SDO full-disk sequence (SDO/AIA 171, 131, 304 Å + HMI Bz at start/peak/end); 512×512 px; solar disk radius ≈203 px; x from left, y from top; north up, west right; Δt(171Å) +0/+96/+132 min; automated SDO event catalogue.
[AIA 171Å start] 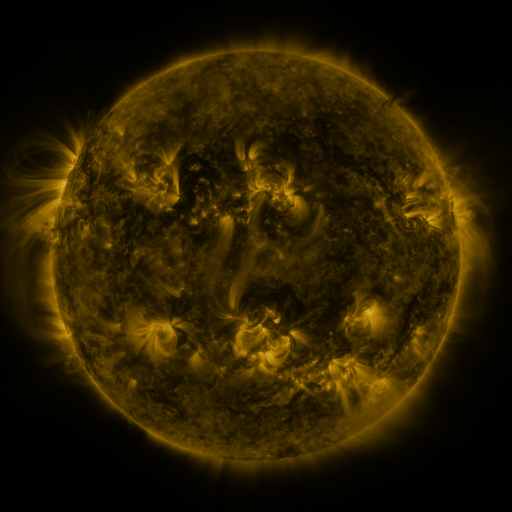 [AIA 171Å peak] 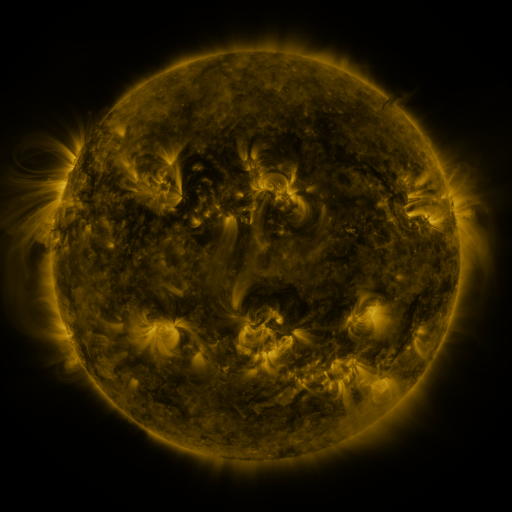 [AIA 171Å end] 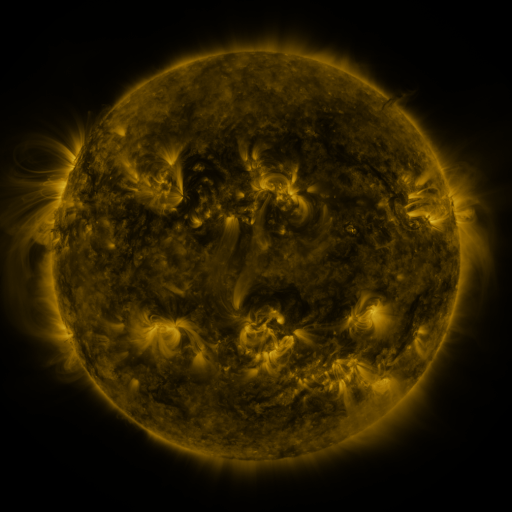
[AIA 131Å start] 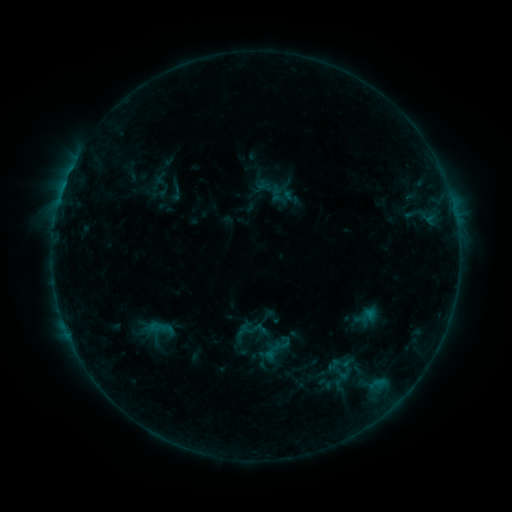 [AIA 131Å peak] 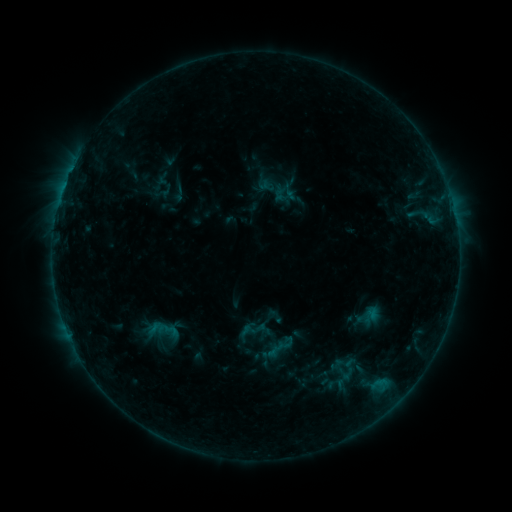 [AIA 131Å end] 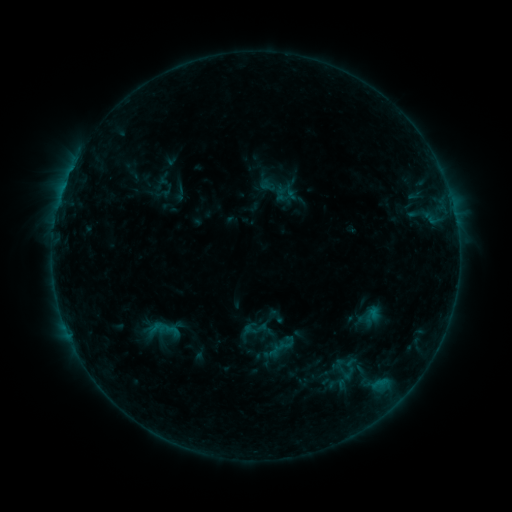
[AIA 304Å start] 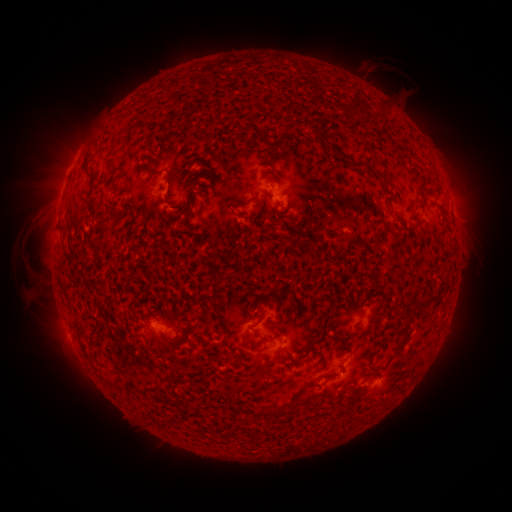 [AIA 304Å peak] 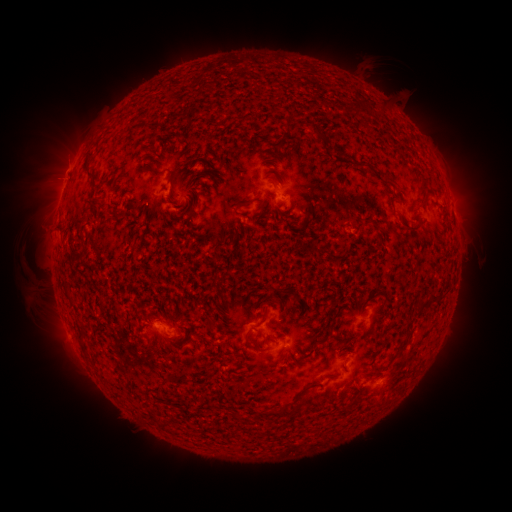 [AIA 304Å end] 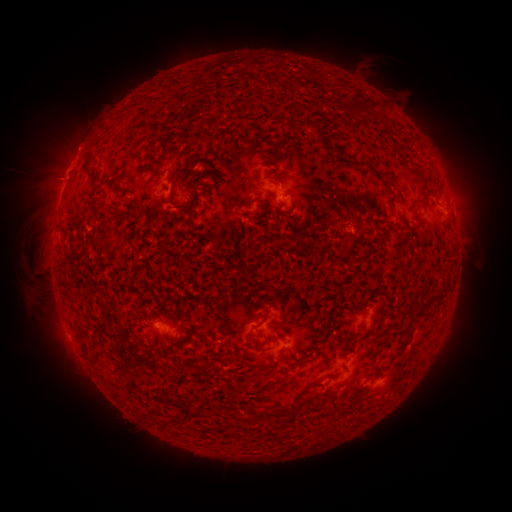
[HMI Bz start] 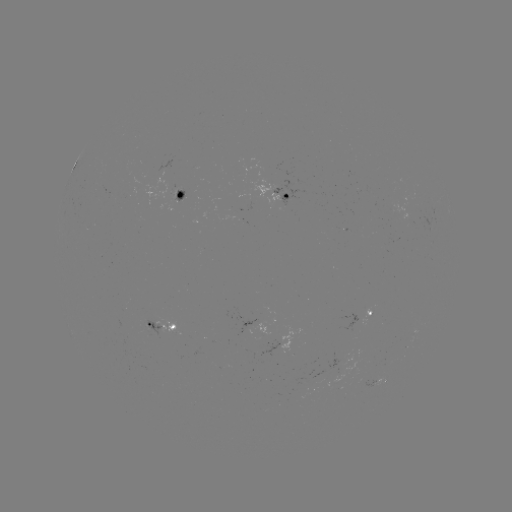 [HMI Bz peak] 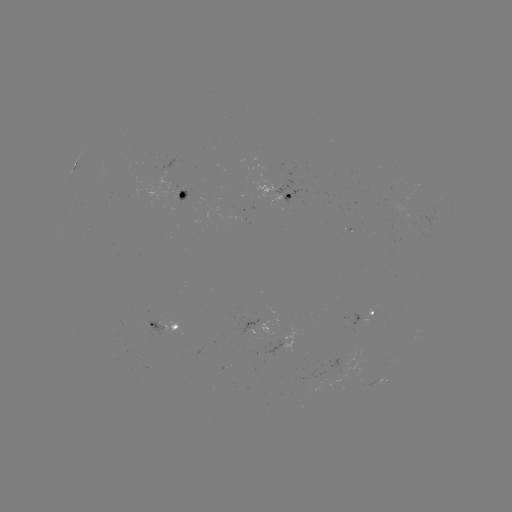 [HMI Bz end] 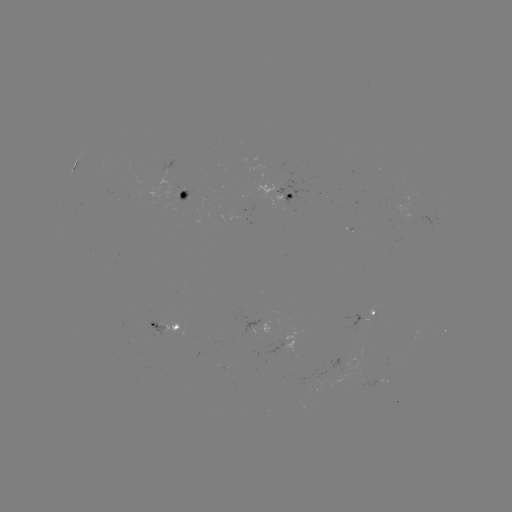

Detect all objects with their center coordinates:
emerging-flux region: (168, 186)
